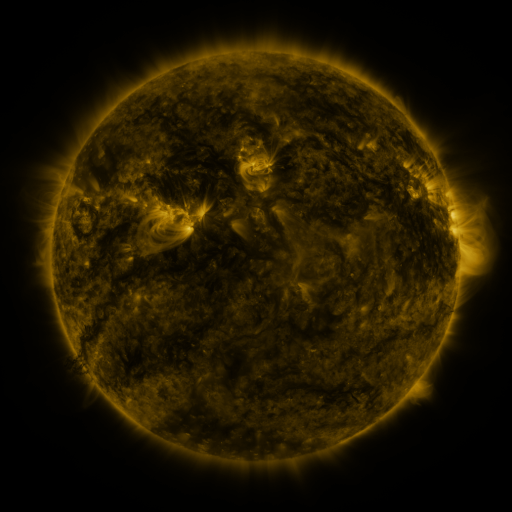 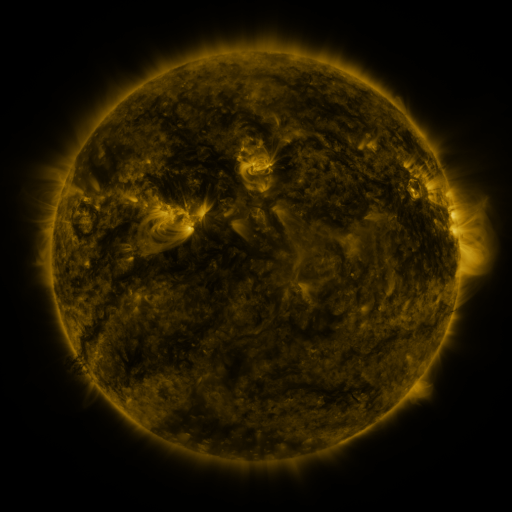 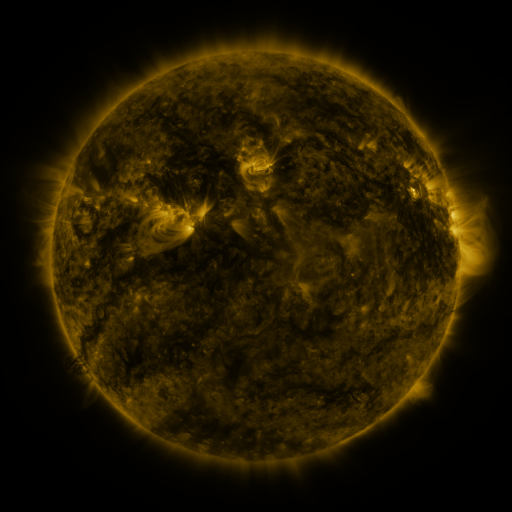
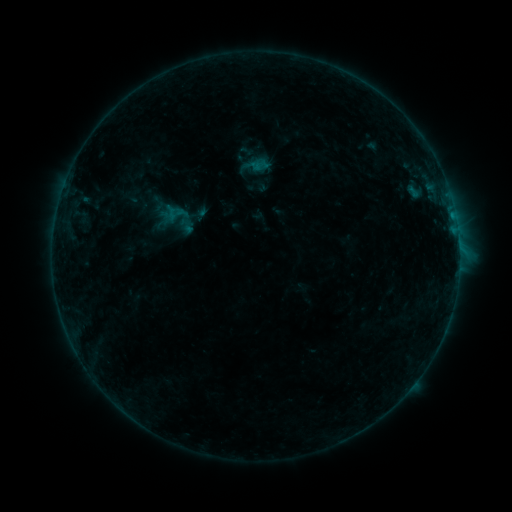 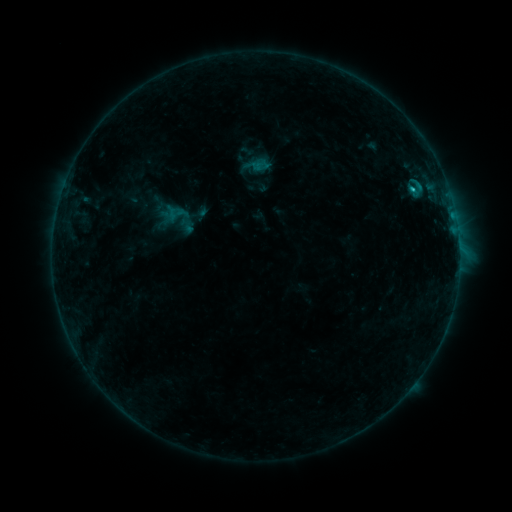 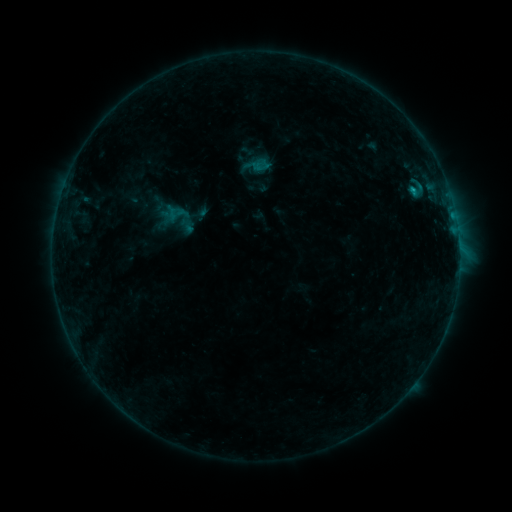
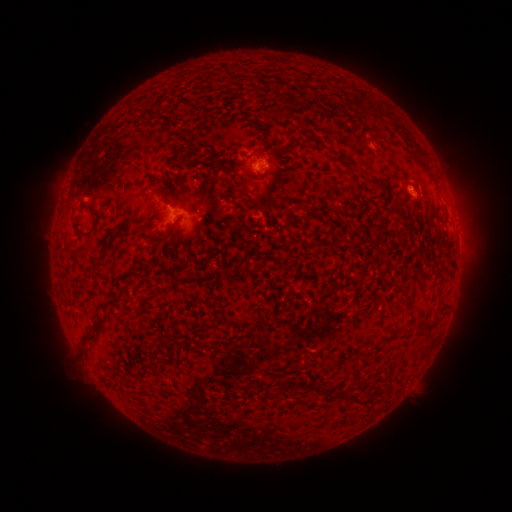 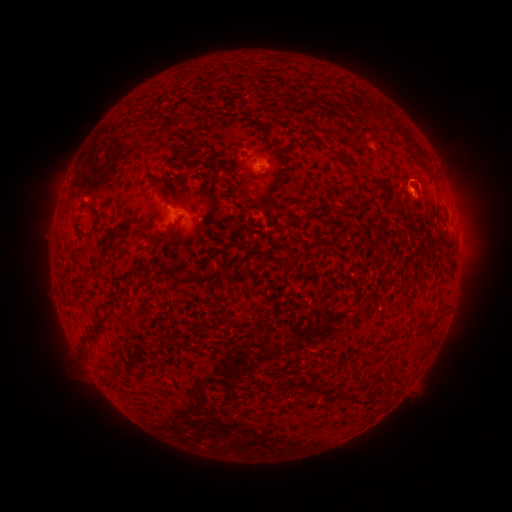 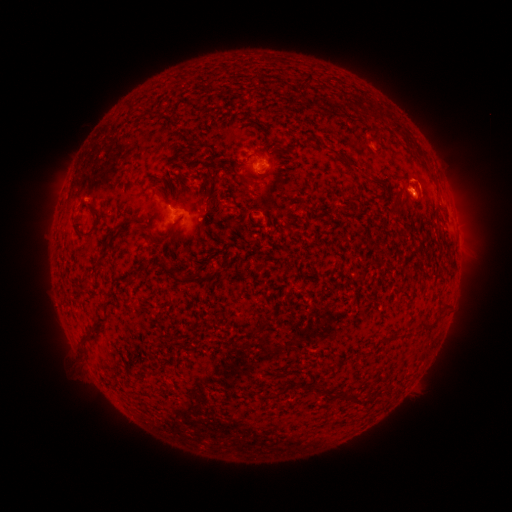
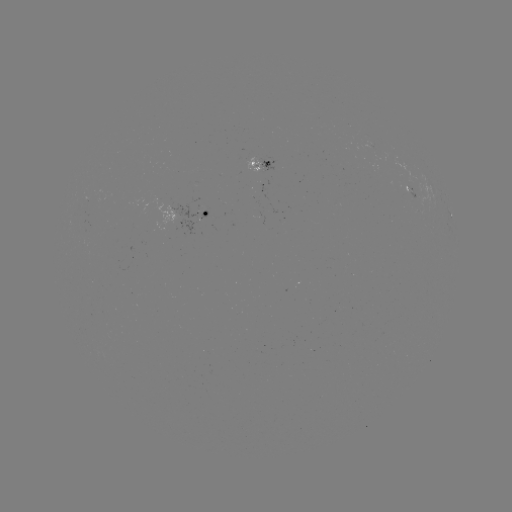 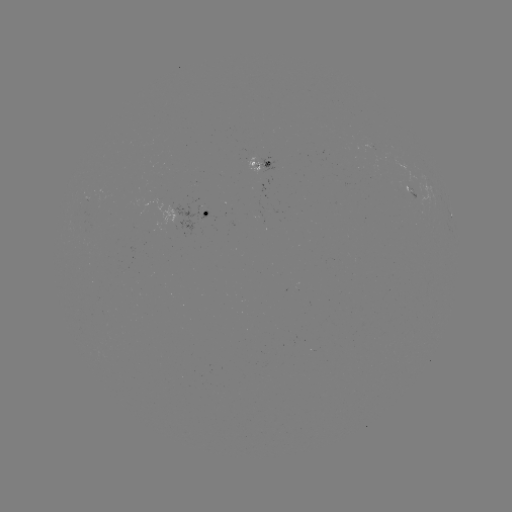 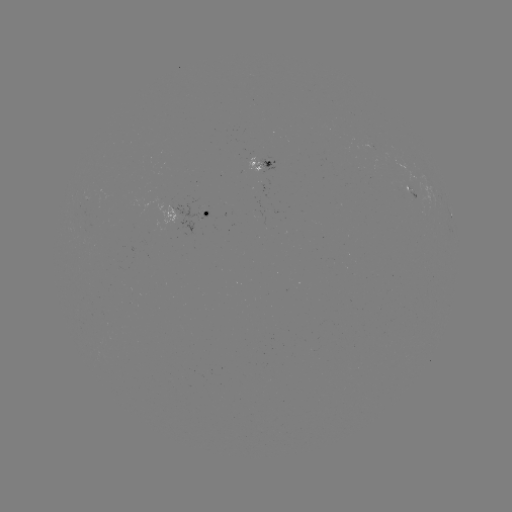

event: flare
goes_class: B6.9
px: (411, 191)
